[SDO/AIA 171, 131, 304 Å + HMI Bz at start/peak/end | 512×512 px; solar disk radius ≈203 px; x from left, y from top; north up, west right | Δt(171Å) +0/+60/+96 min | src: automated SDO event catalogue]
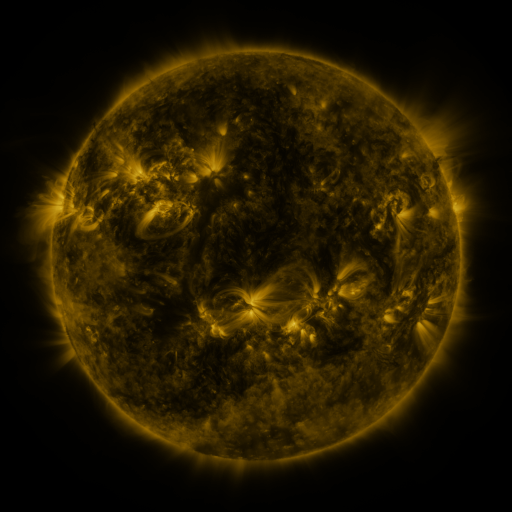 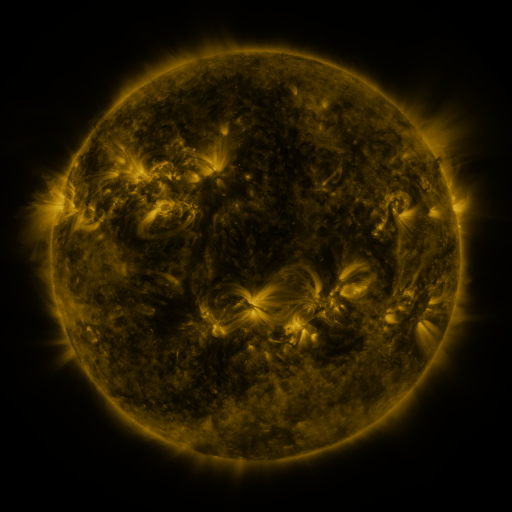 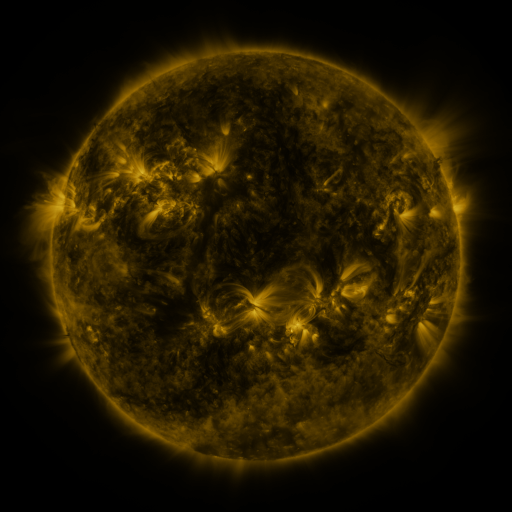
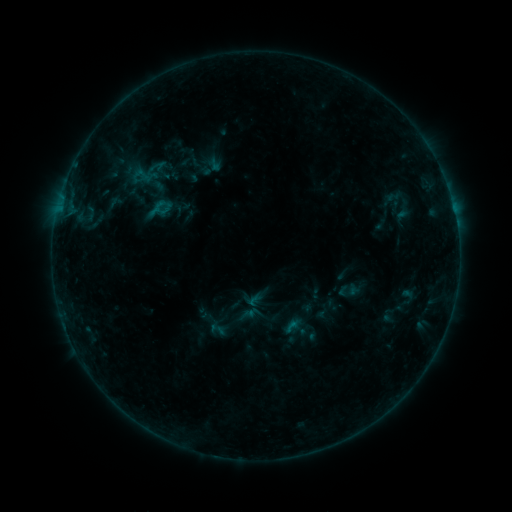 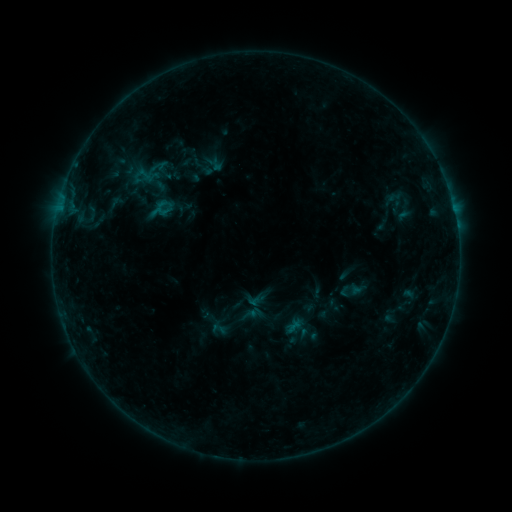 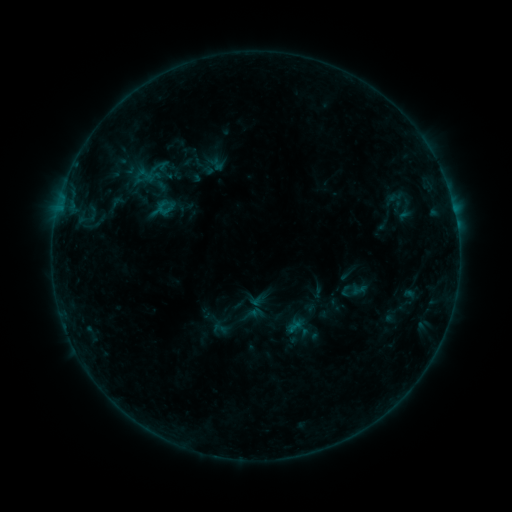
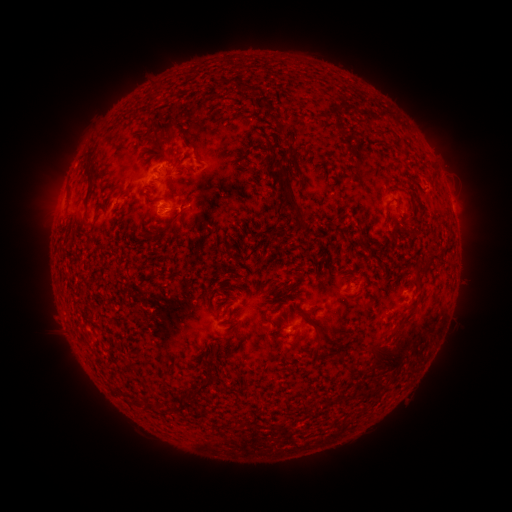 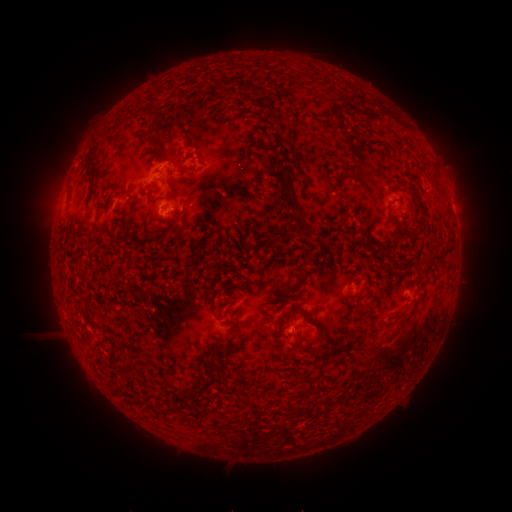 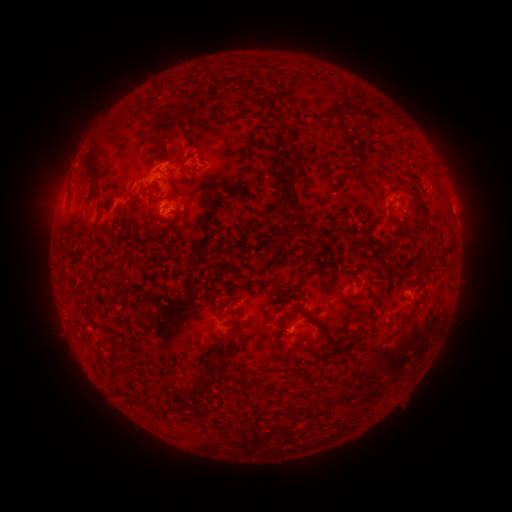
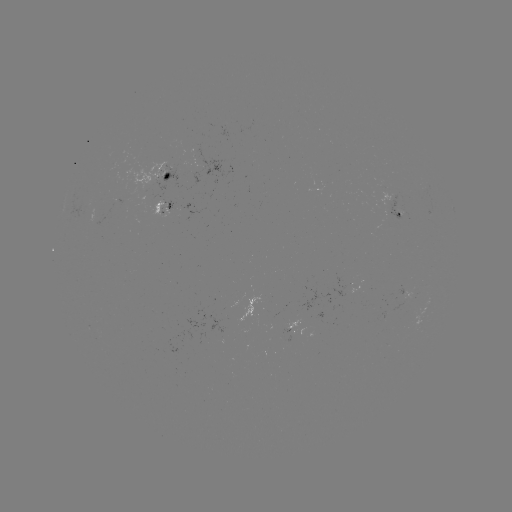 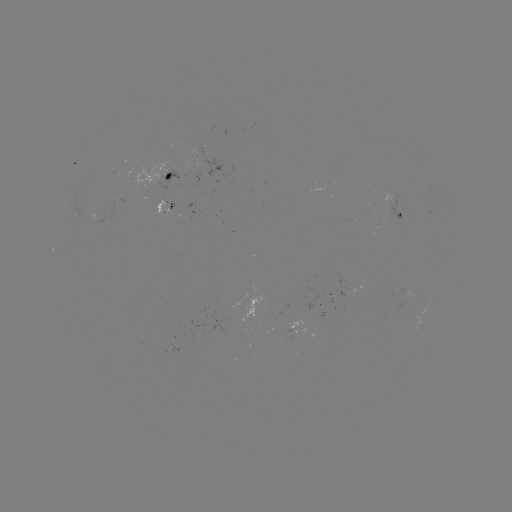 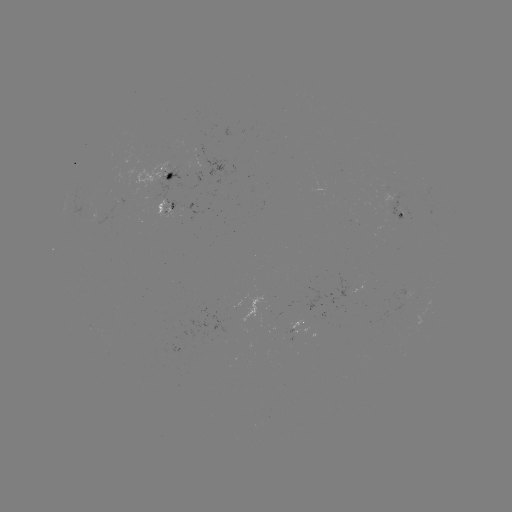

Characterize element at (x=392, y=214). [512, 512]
emerging-flux region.